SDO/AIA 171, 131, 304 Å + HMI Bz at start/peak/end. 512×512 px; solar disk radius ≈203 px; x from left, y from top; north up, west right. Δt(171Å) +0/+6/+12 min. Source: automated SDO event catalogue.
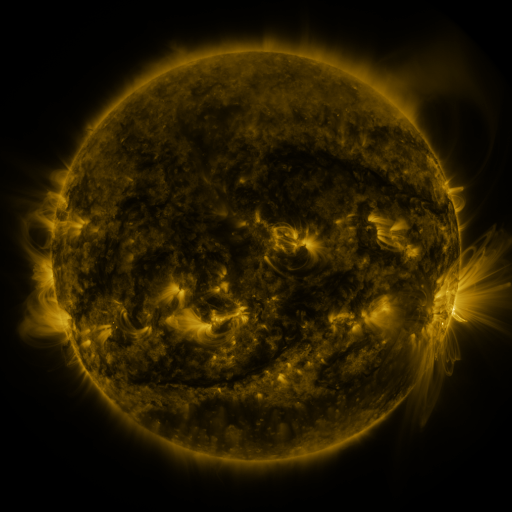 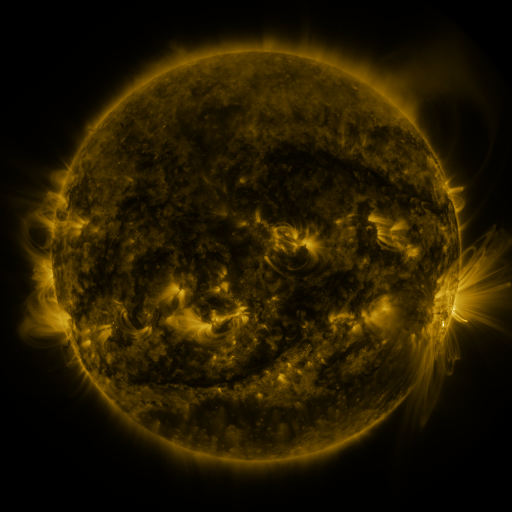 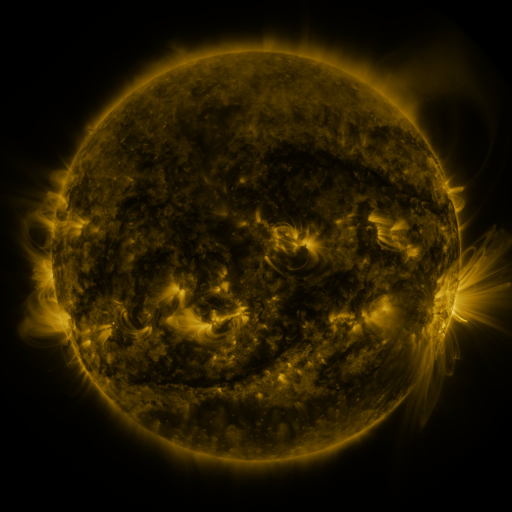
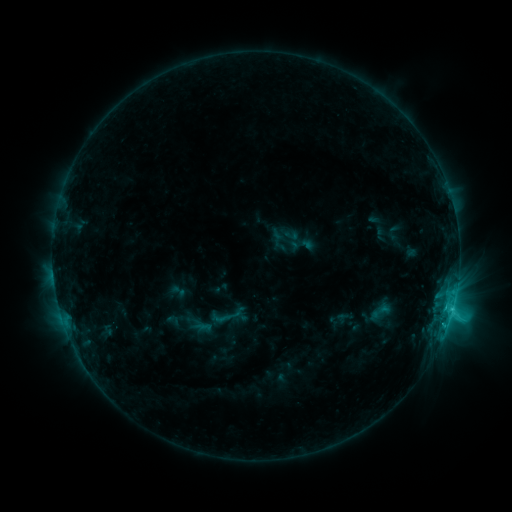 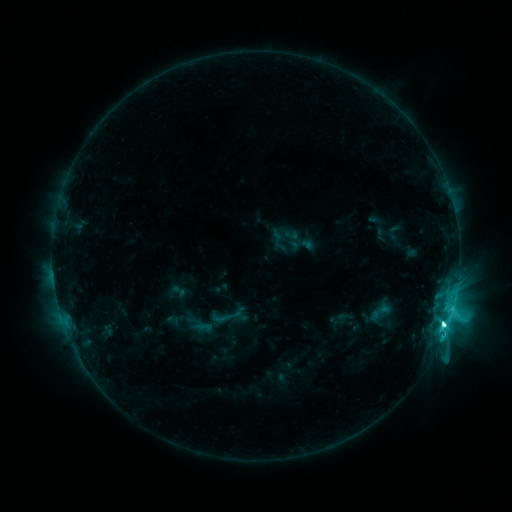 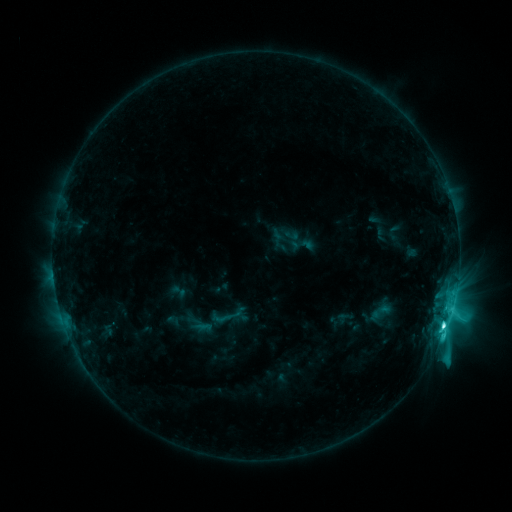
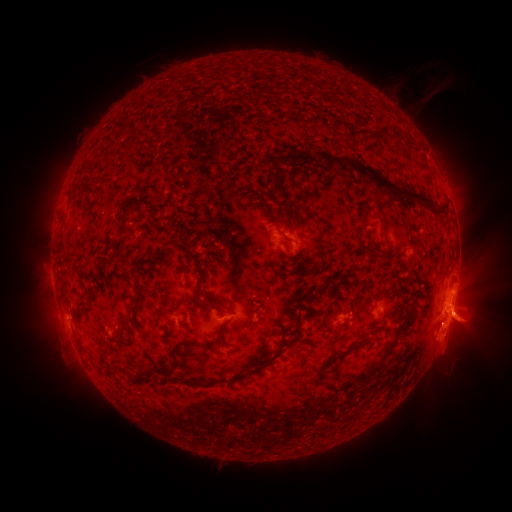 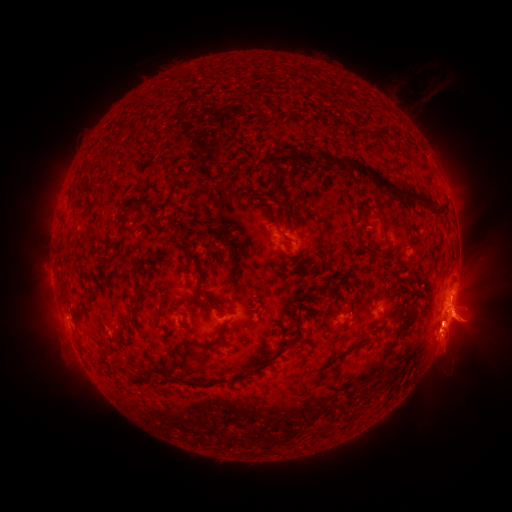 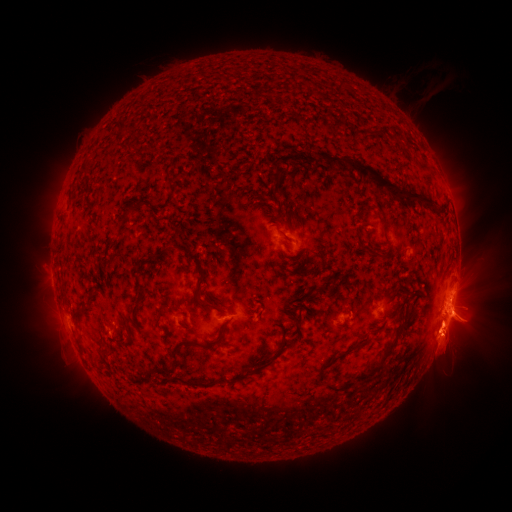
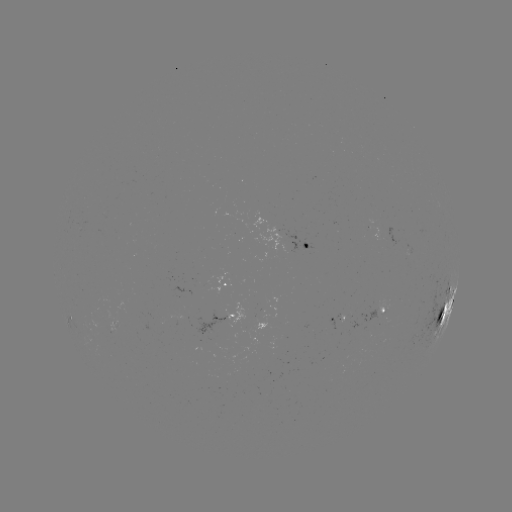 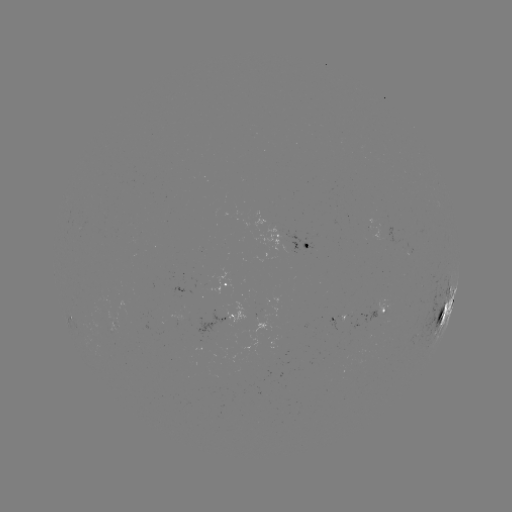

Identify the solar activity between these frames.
M1.2 flare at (444, 322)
